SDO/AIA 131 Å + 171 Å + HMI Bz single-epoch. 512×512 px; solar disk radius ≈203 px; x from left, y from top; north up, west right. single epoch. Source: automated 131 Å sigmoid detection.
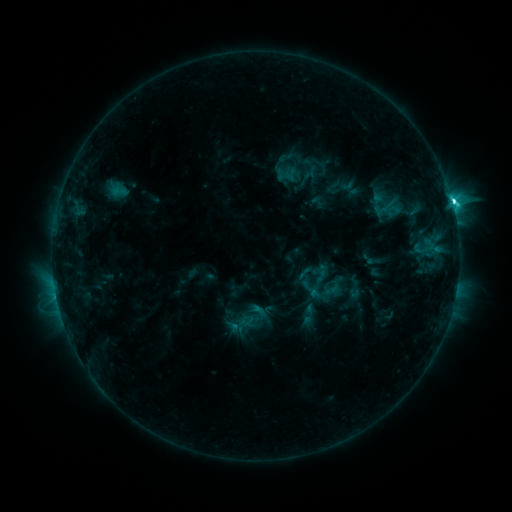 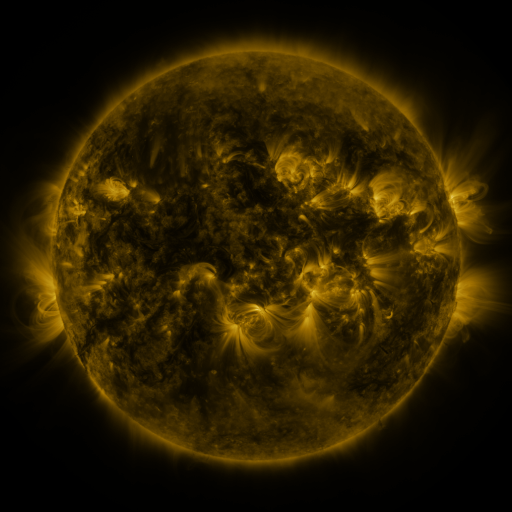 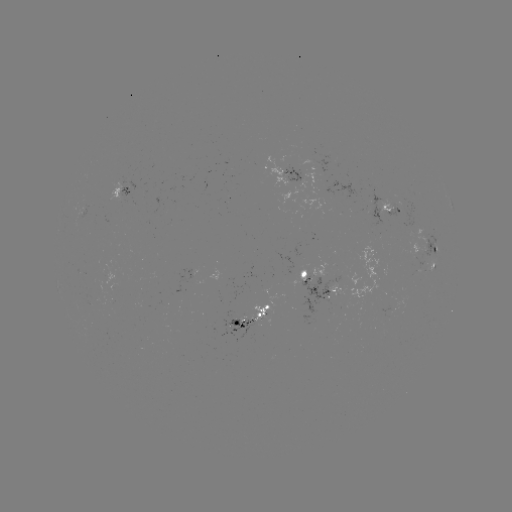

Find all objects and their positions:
sigmoid: [235, 301, 269, 333]
